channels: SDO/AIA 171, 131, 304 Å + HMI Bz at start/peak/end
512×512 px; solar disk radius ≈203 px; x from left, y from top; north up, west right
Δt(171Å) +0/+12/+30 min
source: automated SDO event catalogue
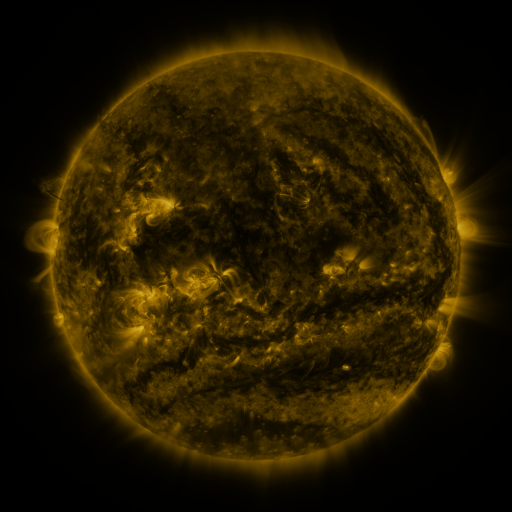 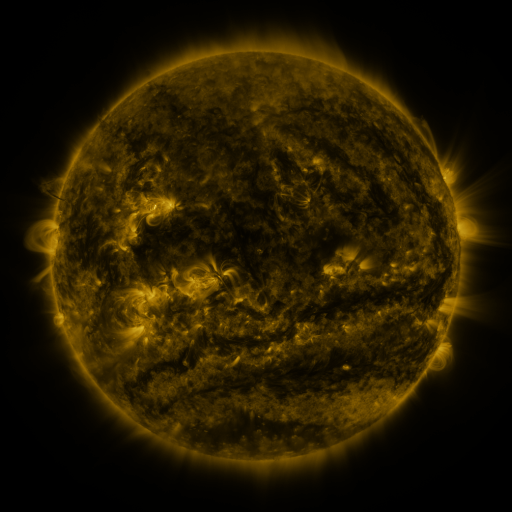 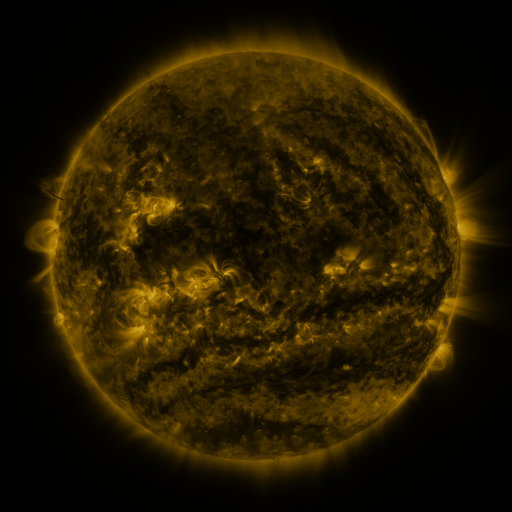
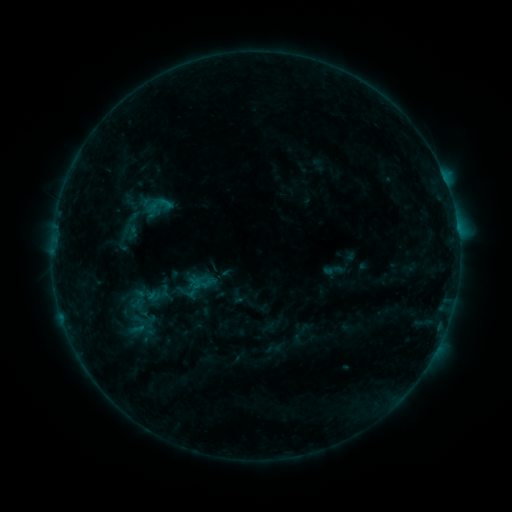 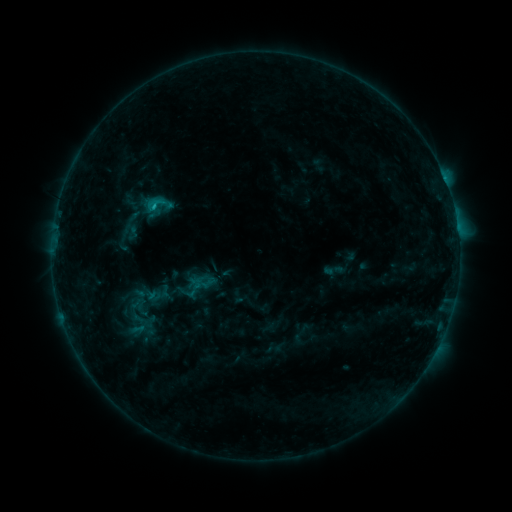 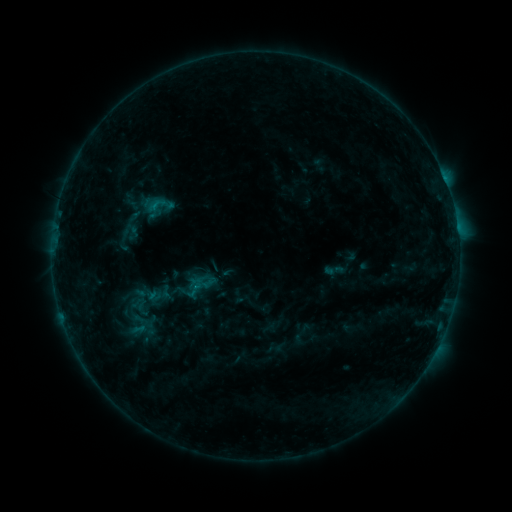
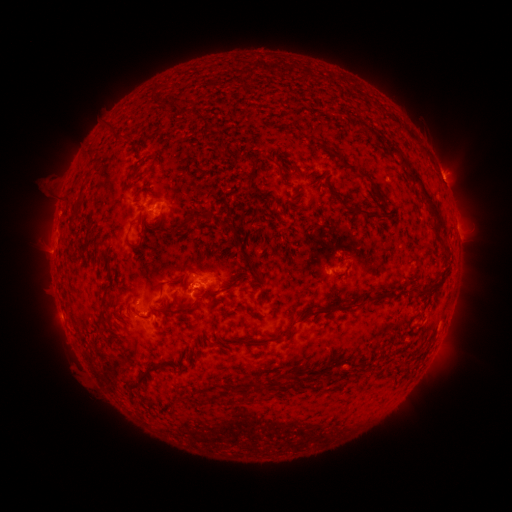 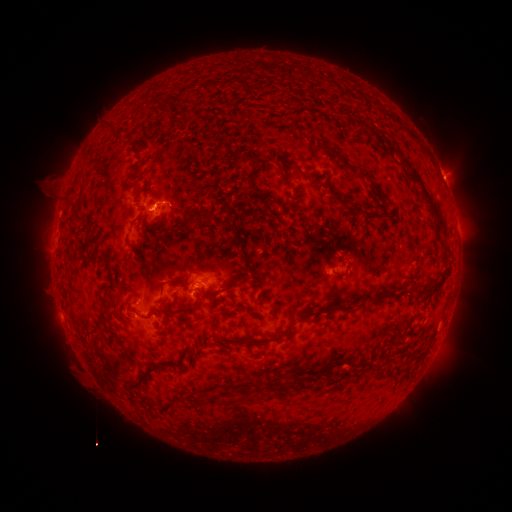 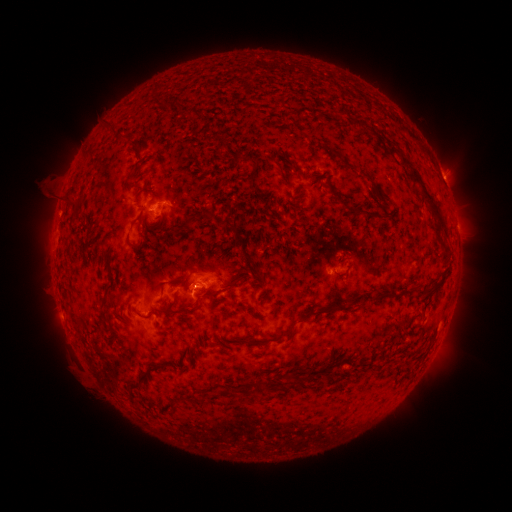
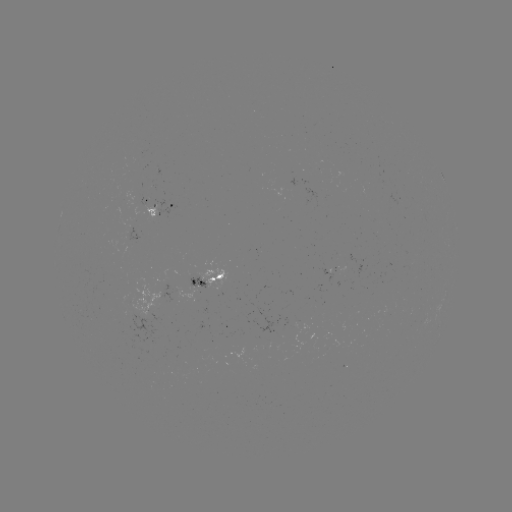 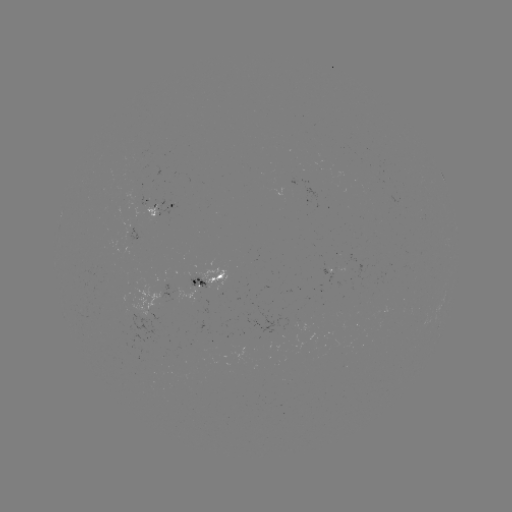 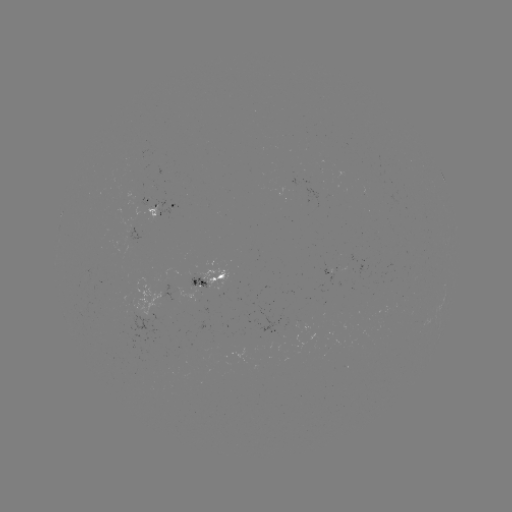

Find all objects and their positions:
B8.6 flare: (155, 208)
